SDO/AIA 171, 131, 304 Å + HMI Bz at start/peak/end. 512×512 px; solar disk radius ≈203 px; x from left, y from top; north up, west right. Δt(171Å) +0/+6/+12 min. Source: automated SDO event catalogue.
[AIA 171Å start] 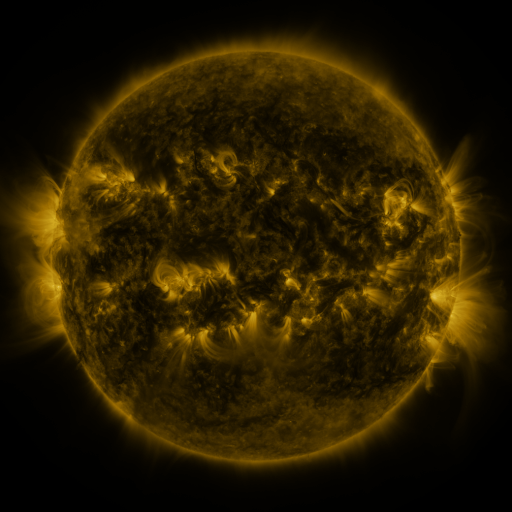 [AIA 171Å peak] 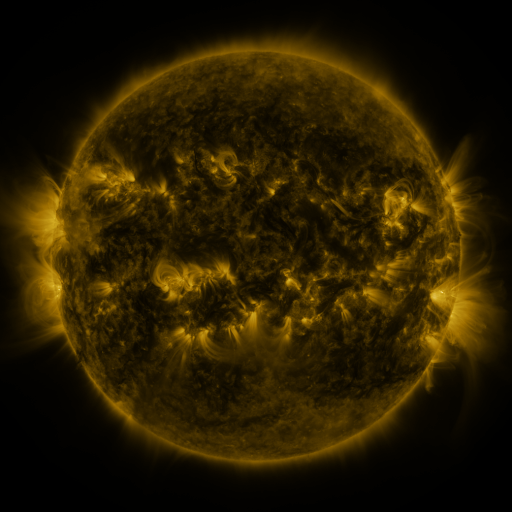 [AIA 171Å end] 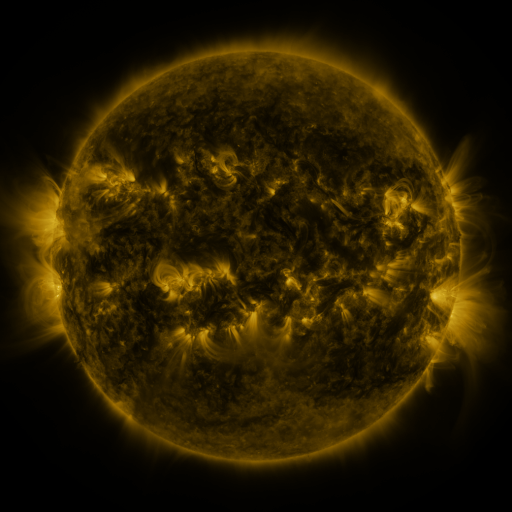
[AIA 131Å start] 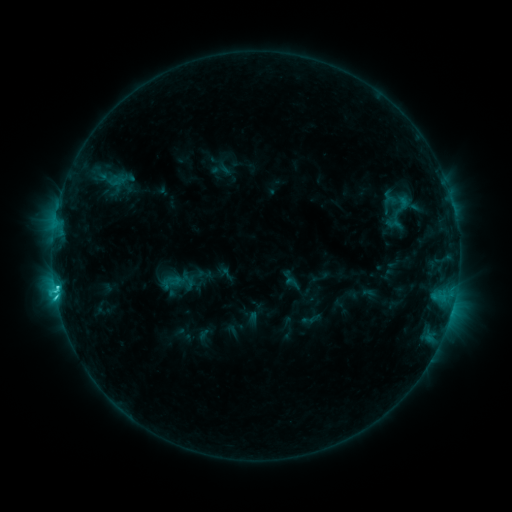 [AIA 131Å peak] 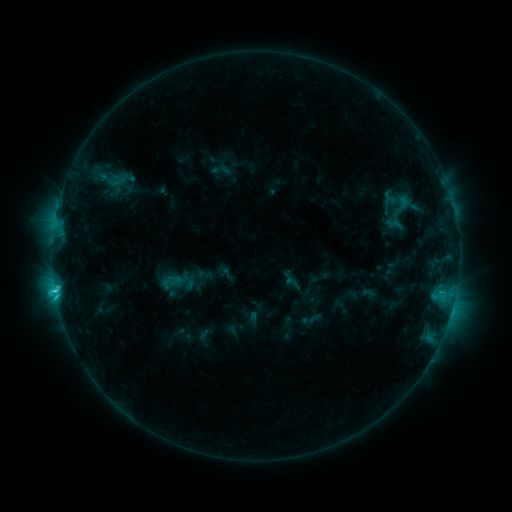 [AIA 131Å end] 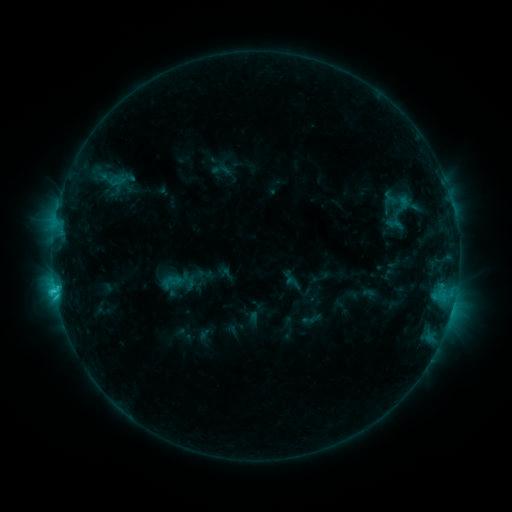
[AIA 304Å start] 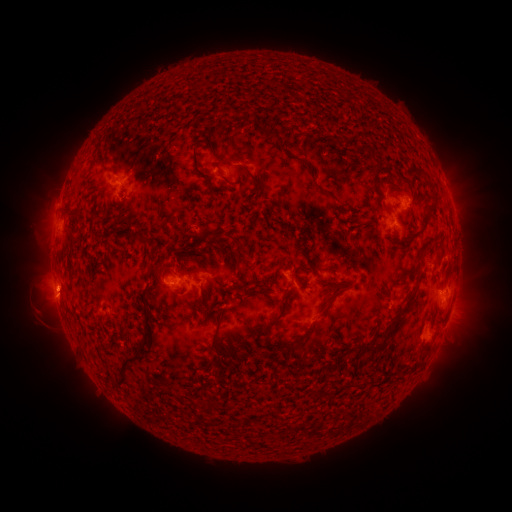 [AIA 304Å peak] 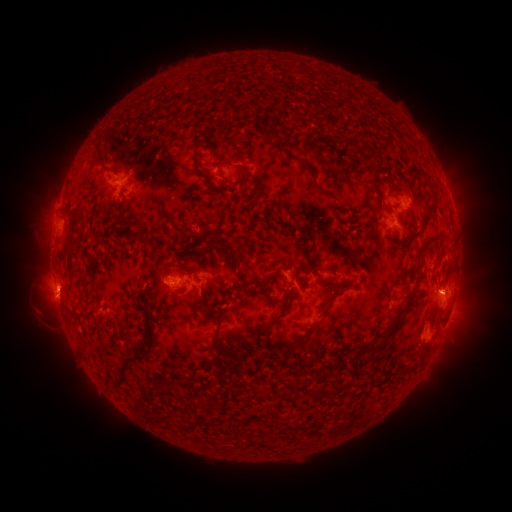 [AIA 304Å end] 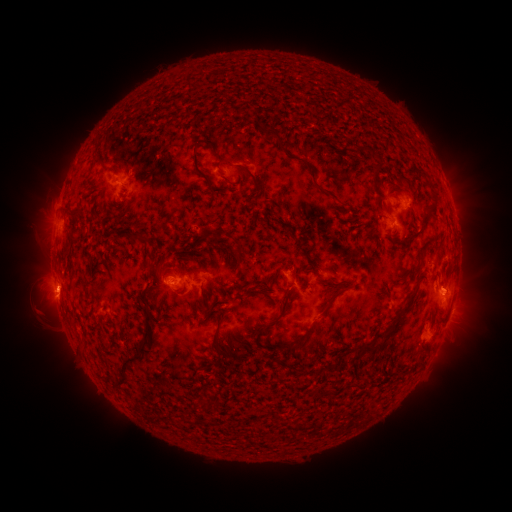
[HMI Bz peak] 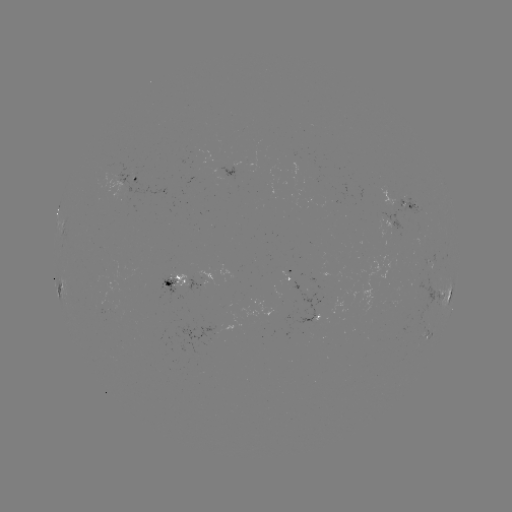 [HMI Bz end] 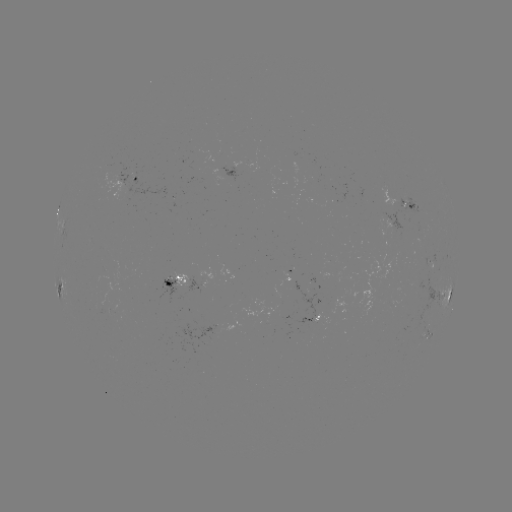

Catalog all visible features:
eruption: (452, 287)
